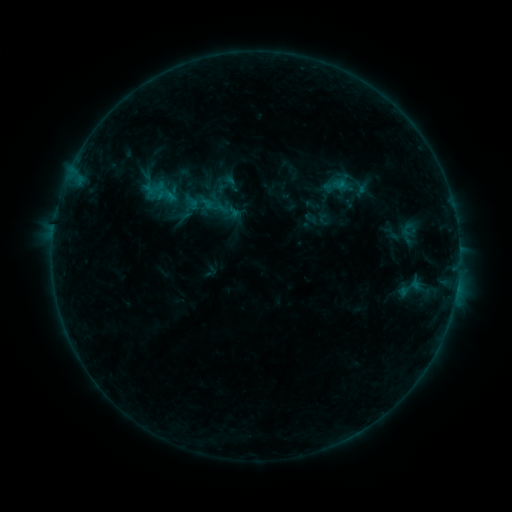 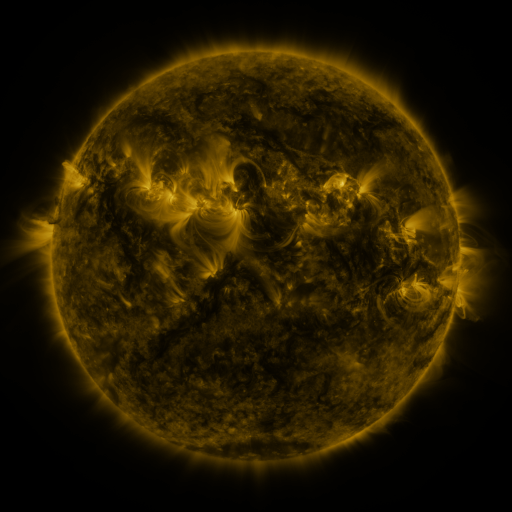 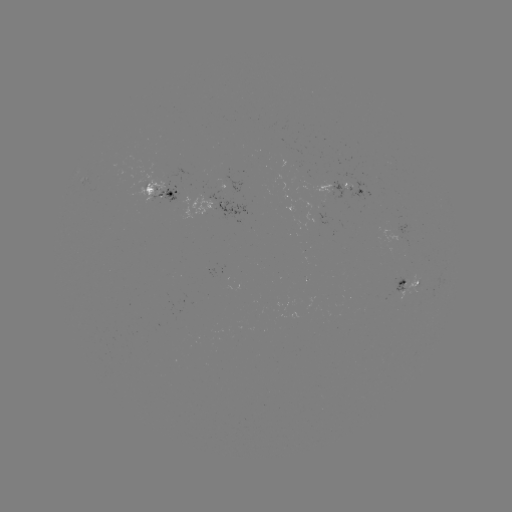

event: sigmoid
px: (231, 183)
